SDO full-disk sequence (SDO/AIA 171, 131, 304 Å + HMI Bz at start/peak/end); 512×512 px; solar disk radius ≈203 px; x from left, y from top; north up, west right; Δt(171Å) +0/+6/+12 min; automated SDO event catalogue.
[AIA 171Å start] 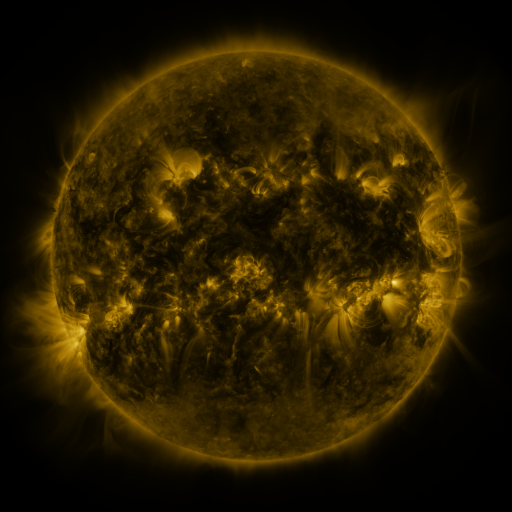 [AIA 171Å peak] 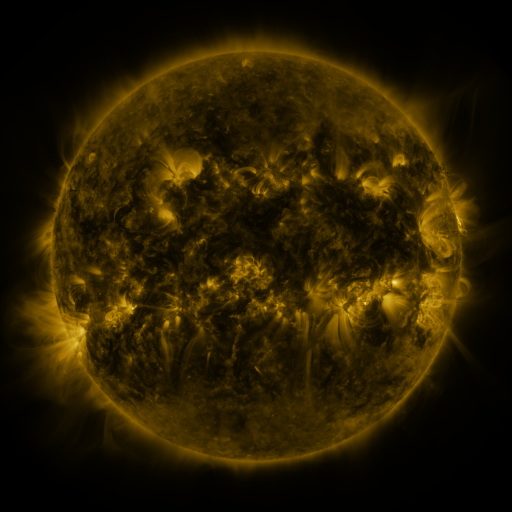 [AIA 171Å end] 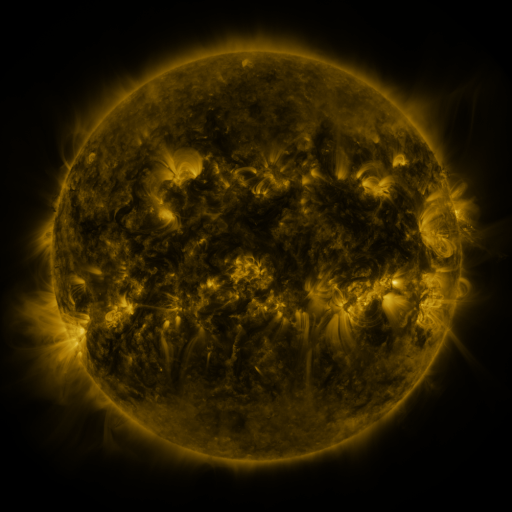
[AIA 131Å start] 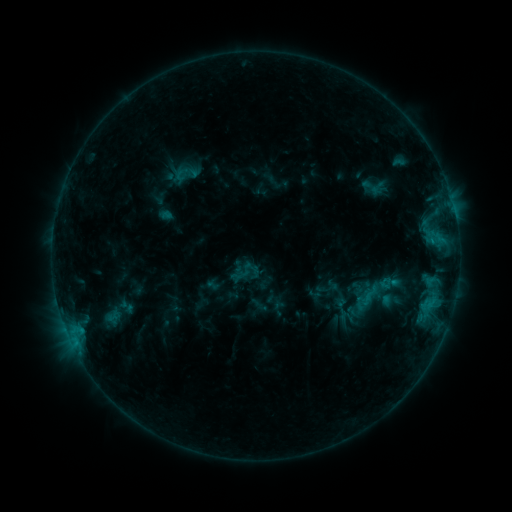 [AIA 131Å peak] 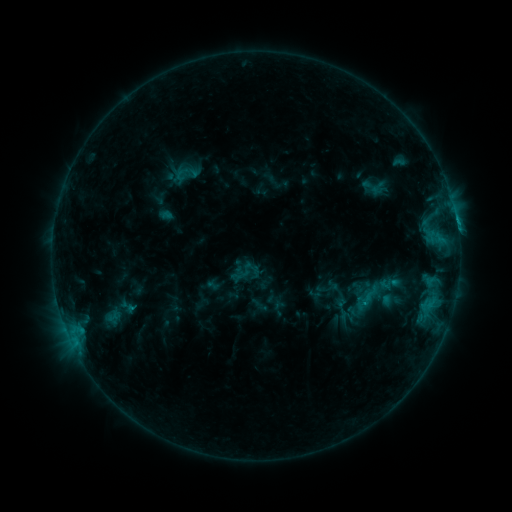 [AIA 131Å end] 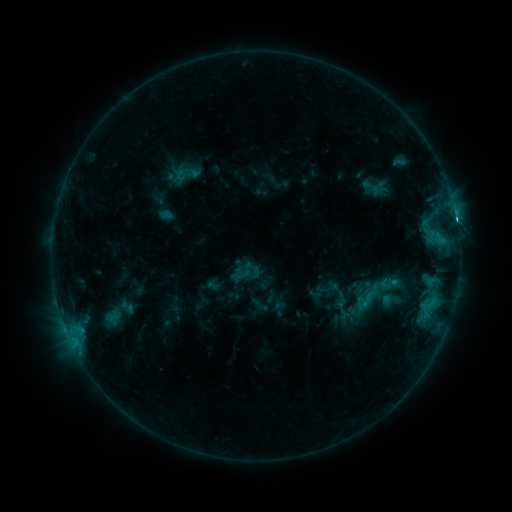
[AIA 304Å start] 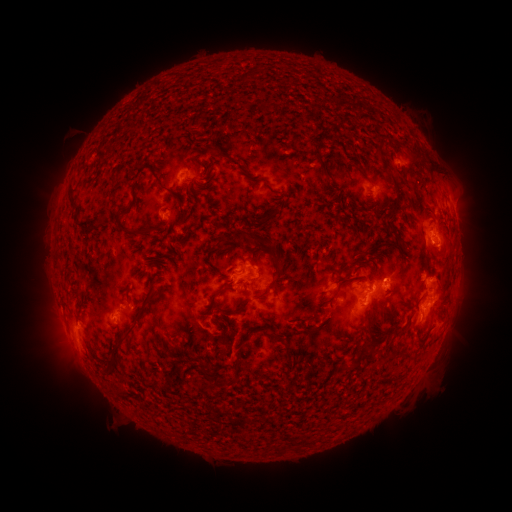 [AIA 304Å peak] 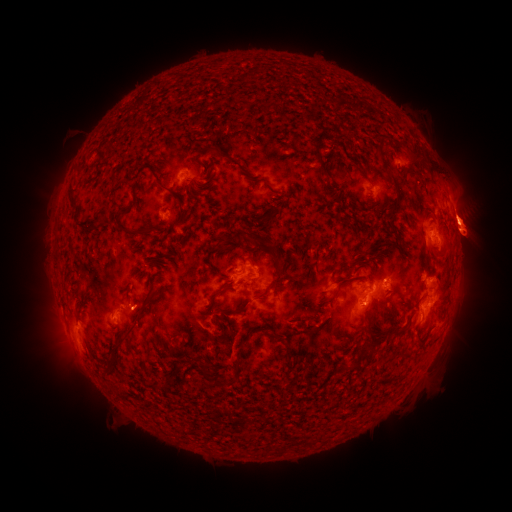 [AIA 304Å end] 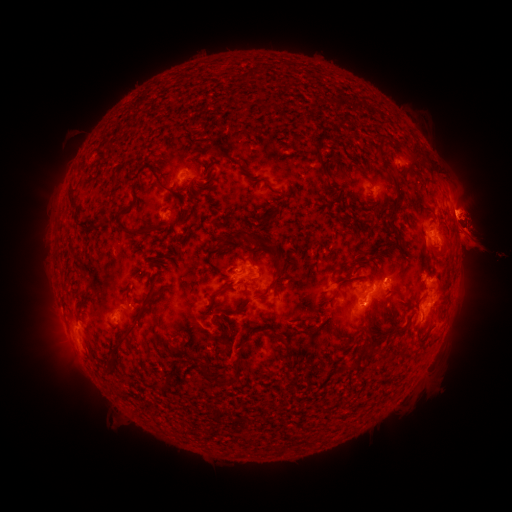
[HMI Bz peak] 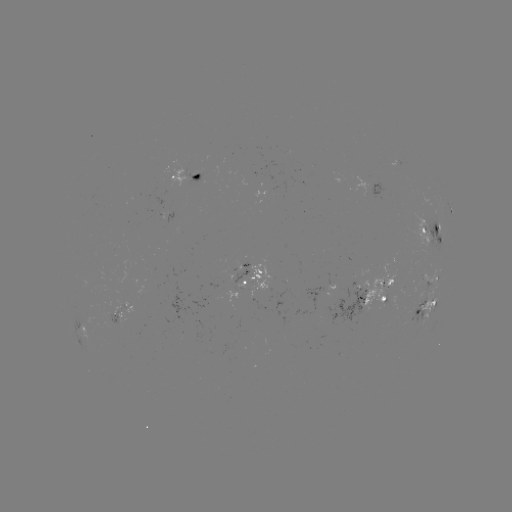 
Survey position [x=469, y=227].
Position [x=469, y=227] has eruption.